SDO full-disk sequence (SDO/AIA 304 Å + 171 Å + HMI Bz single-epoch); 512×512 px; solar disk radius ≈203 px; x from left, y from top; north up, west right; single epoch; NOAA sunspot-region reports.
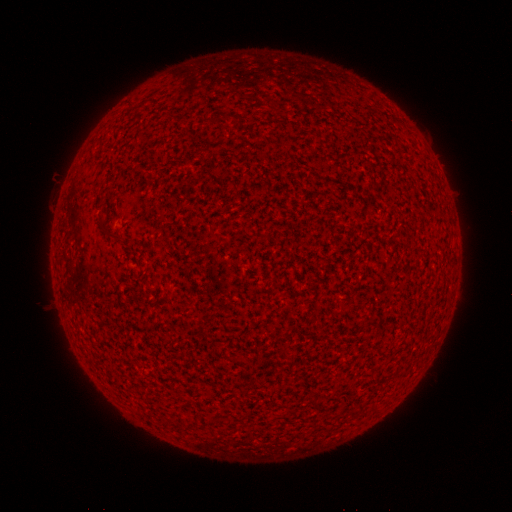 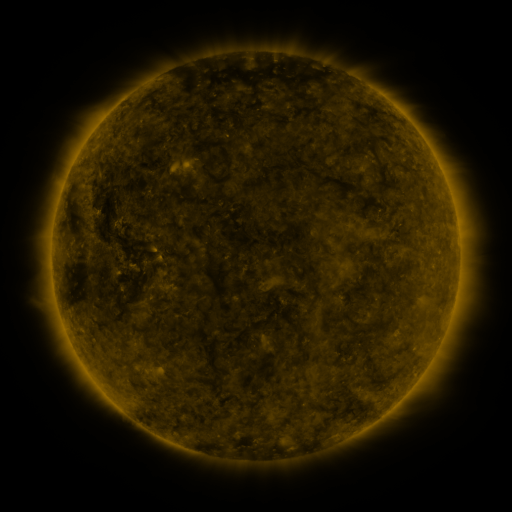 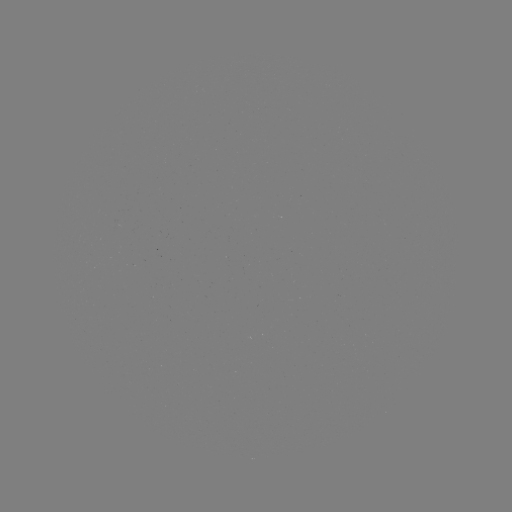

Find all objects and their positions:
(none)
